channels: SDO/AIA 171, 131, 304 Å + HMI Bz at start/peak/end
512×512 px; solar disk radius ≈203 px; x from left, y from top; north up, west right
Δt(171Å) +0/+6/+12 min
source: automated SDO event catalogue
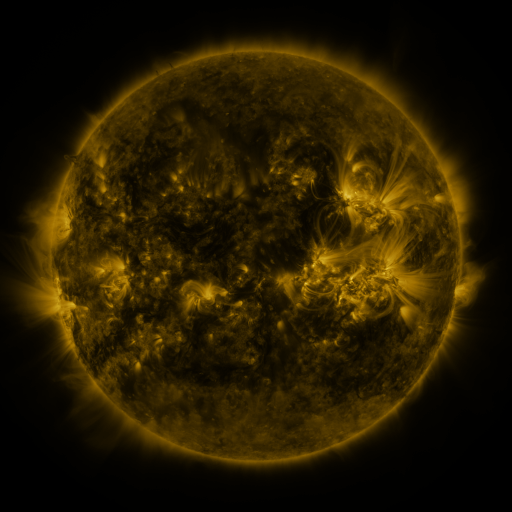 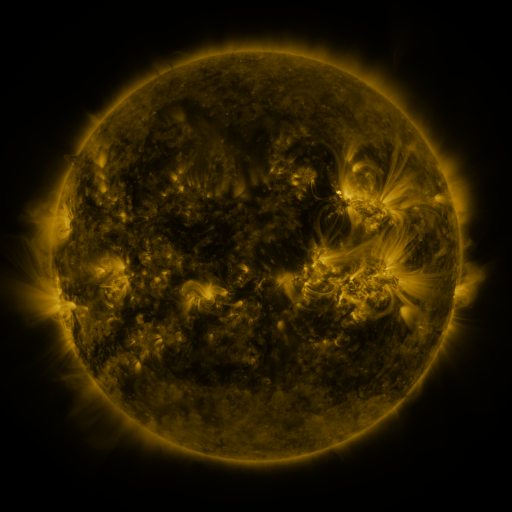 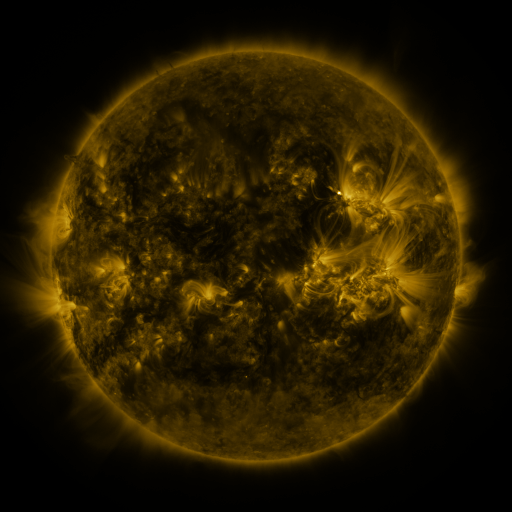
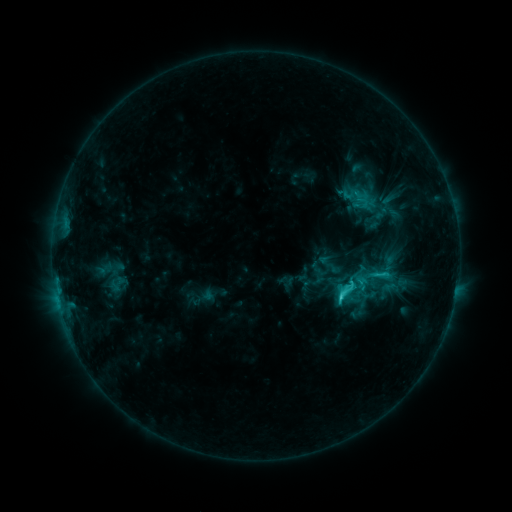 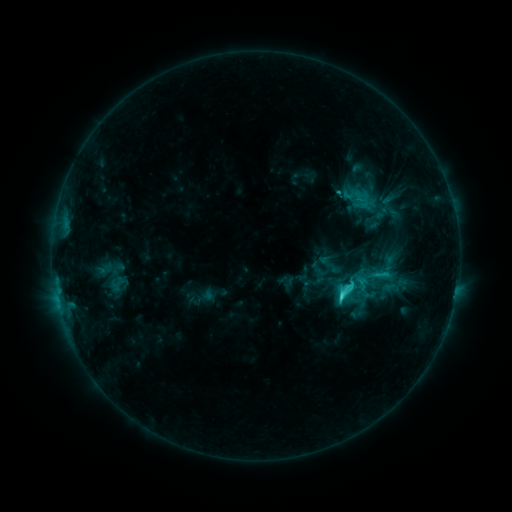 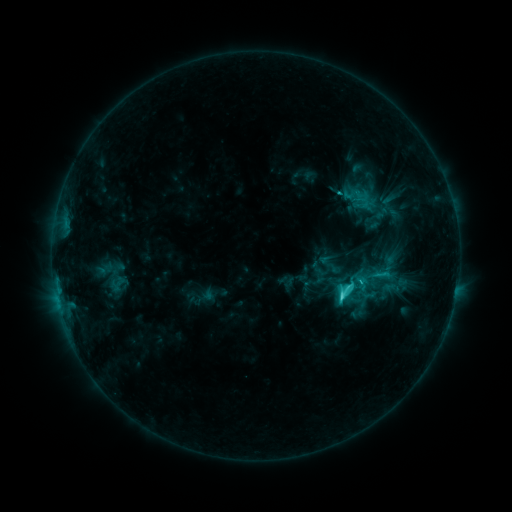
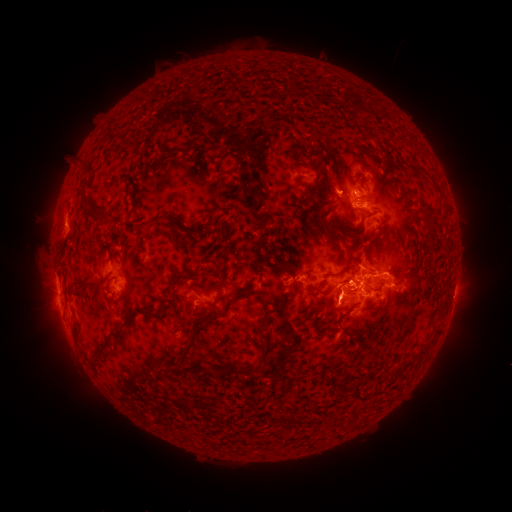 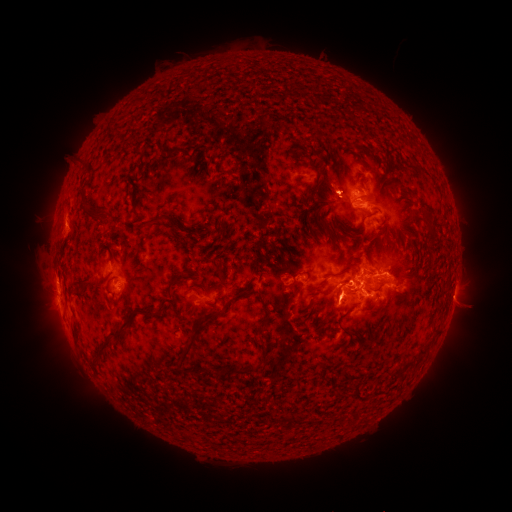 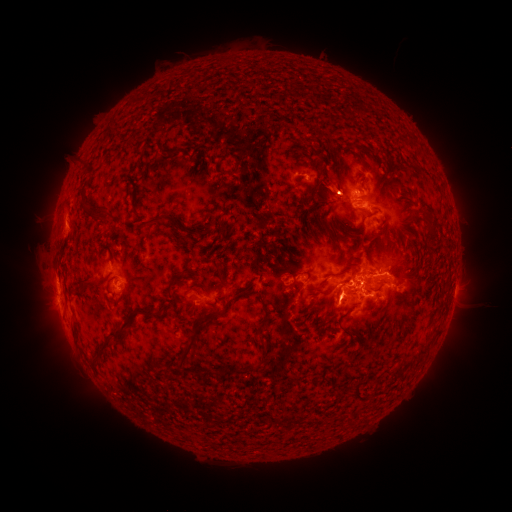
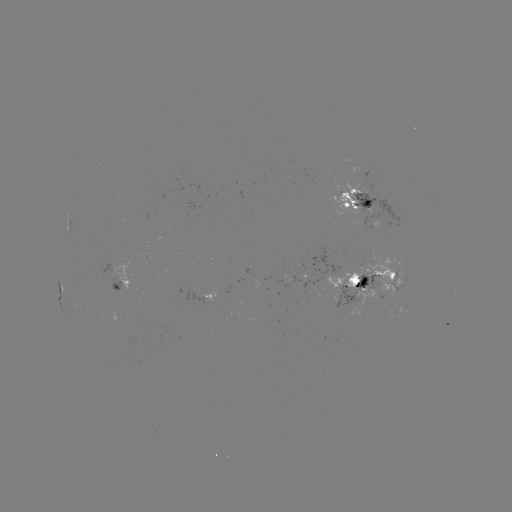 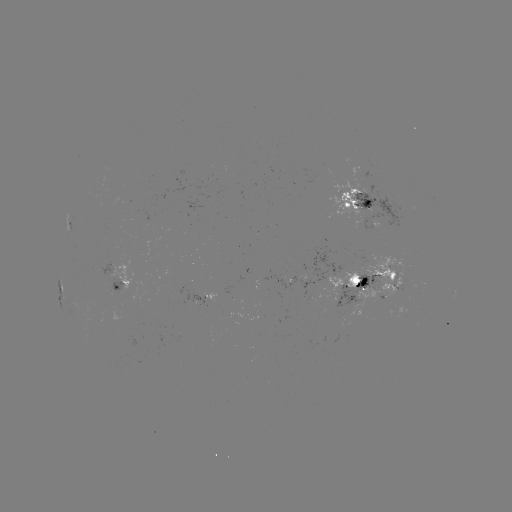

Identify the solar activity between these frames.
eruption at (331, 195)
